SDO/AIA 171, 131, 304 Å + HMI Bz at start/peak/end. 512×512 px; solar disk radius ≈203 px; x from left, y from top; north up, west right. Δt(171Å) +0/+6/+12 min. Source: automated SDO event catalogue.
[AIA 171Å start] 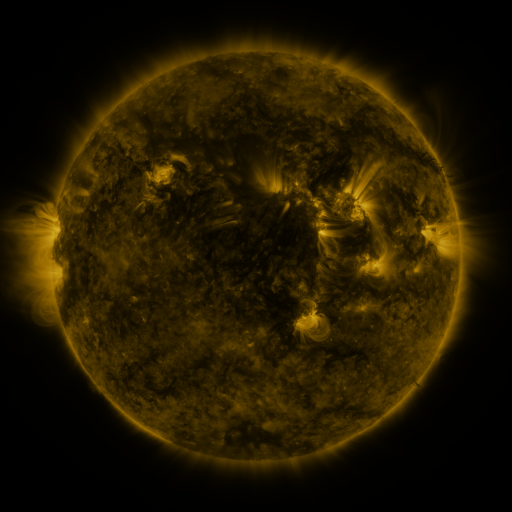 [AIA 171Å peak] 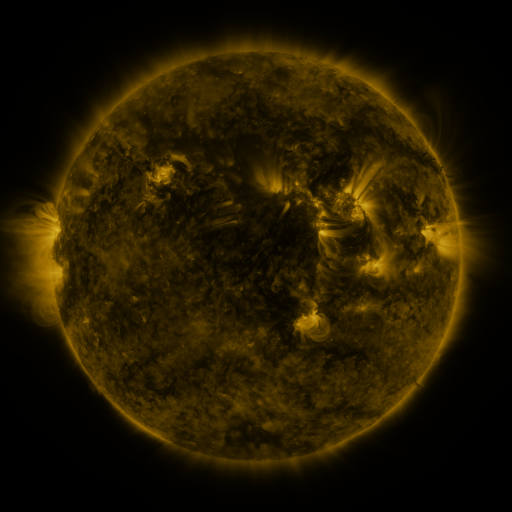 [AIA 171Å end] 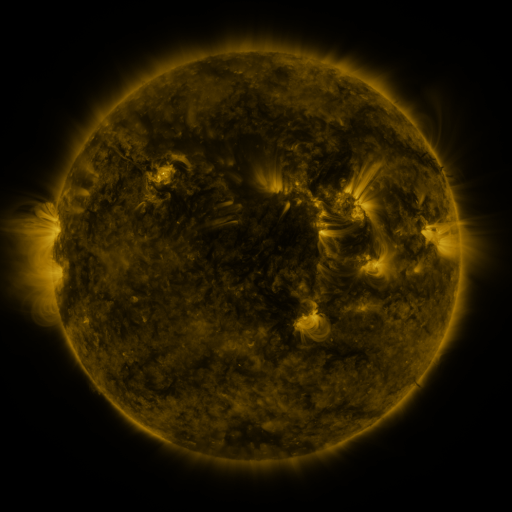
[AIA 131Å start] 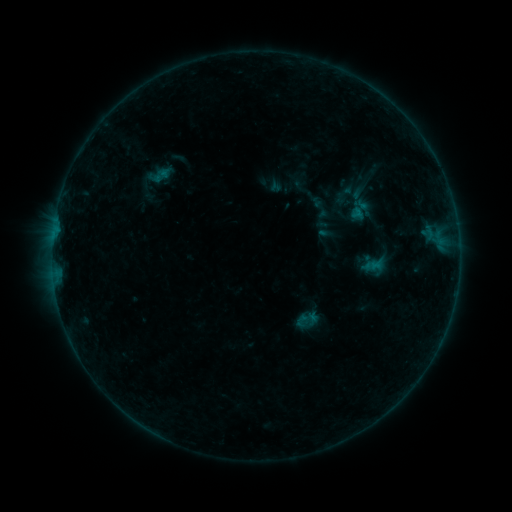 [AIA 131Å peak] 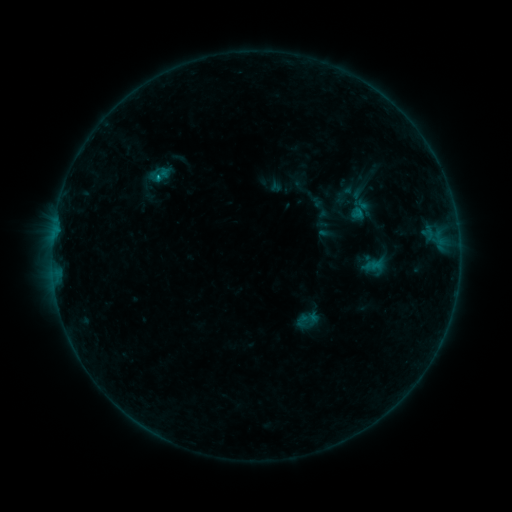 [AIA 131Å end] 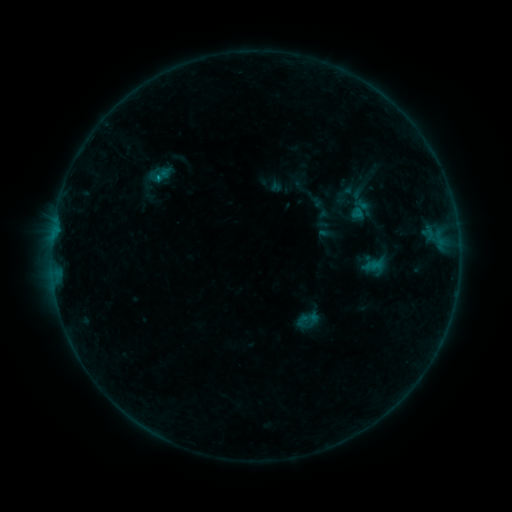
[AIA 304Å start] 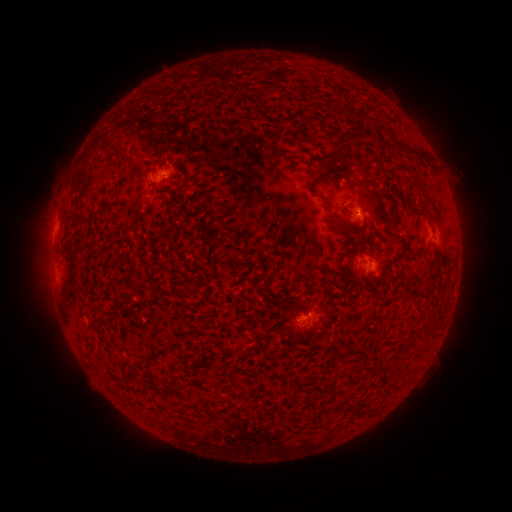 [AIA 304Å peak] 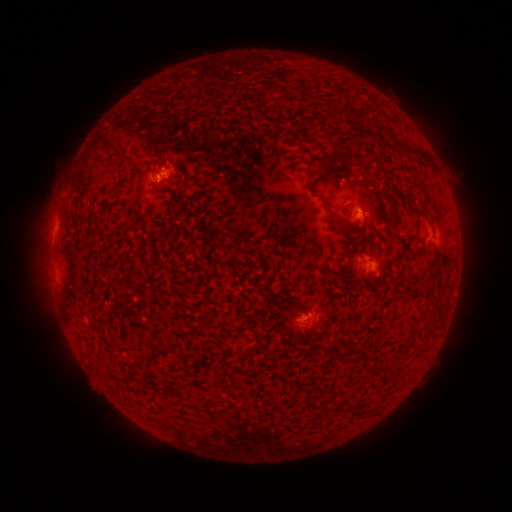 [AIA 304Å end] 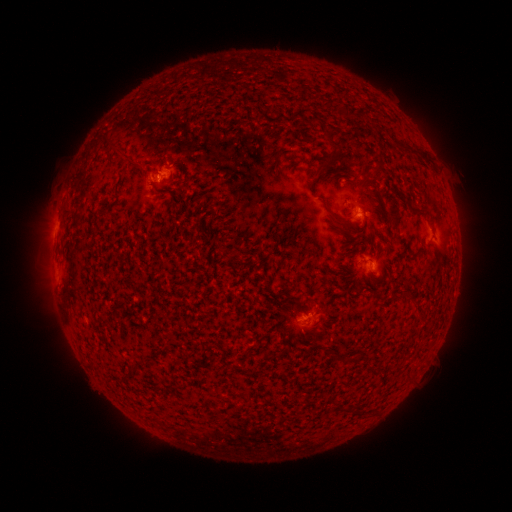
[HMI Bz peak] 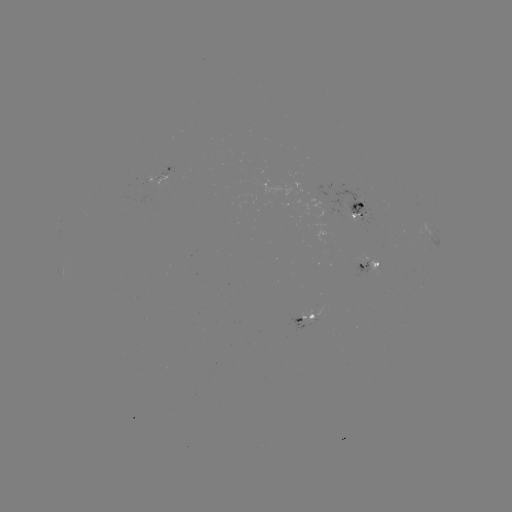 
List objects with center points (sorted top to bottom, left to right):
B5.3 flare: (160, 177)
